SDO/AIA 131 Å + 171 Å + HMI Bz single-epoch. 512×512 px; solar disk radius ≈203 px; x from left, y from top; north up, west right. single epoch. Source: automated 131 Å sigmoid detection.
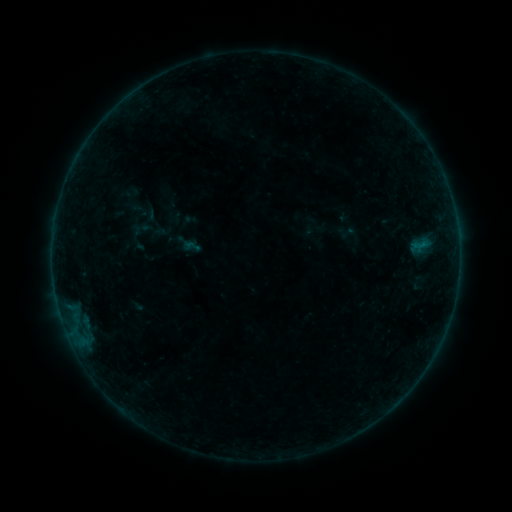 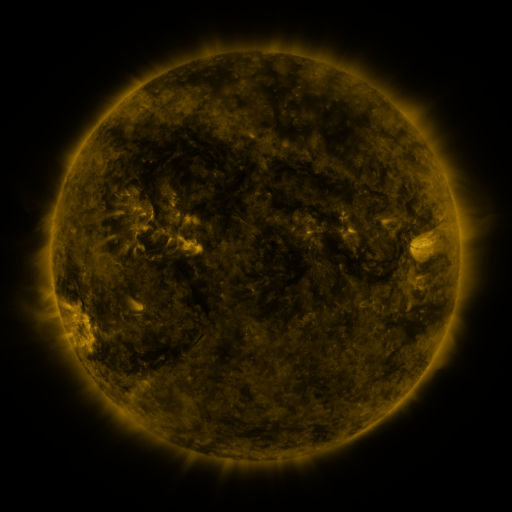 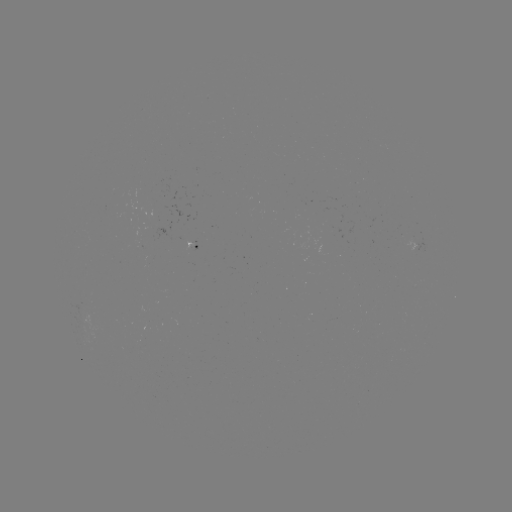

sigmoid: [184, 237, 201, 255]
